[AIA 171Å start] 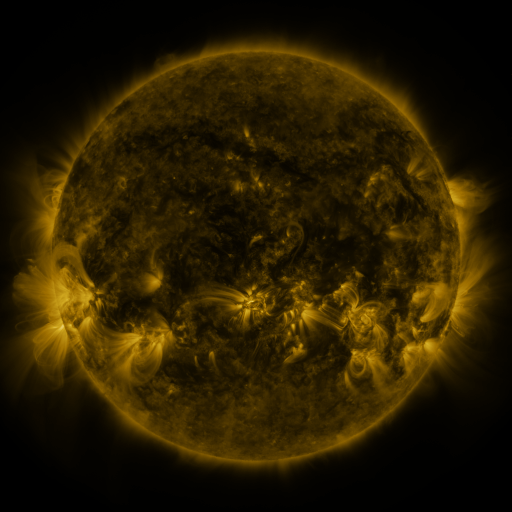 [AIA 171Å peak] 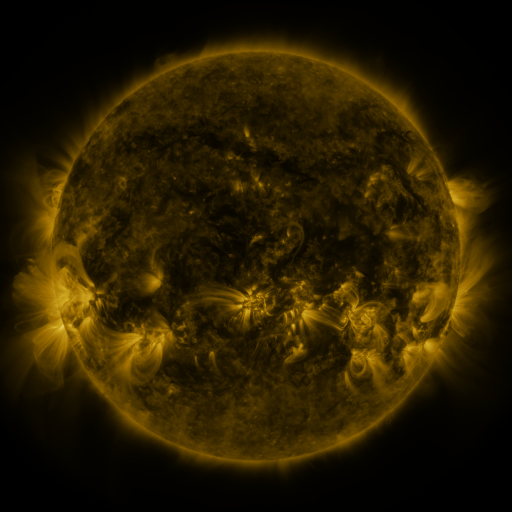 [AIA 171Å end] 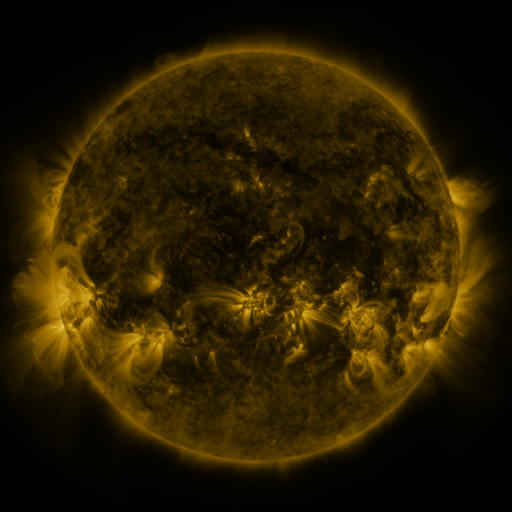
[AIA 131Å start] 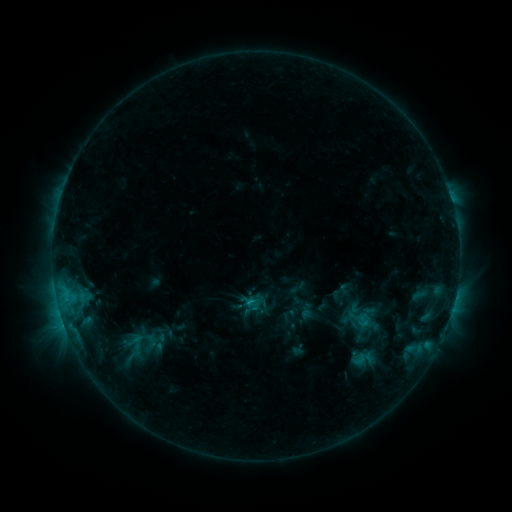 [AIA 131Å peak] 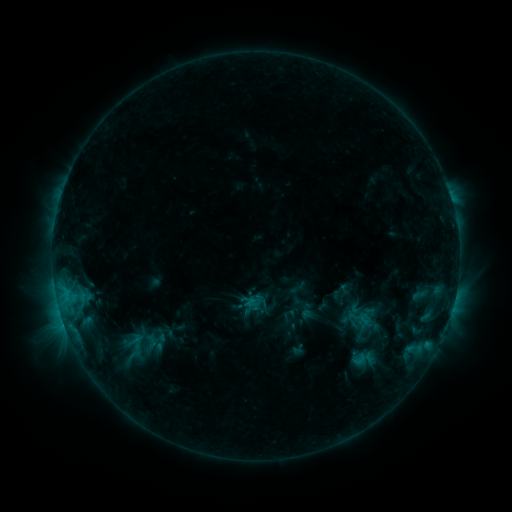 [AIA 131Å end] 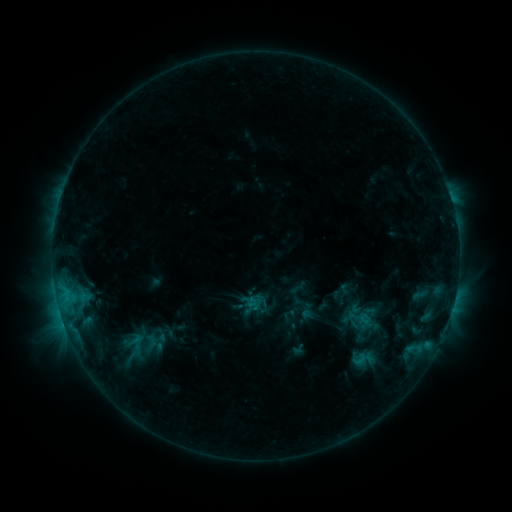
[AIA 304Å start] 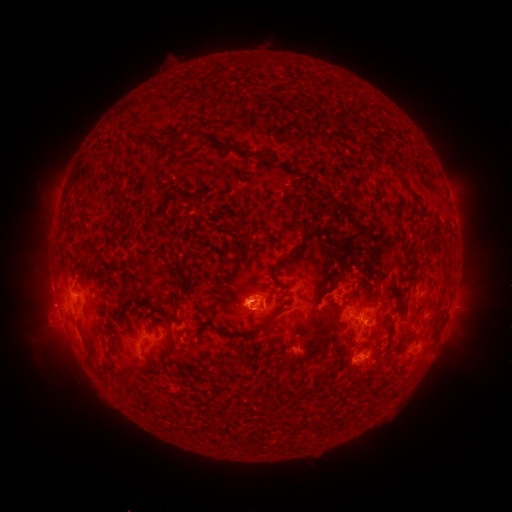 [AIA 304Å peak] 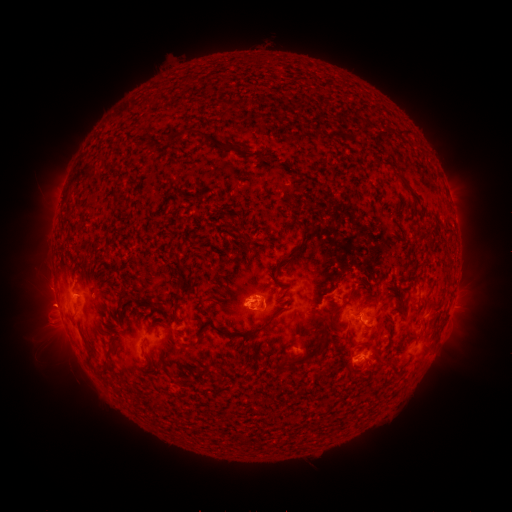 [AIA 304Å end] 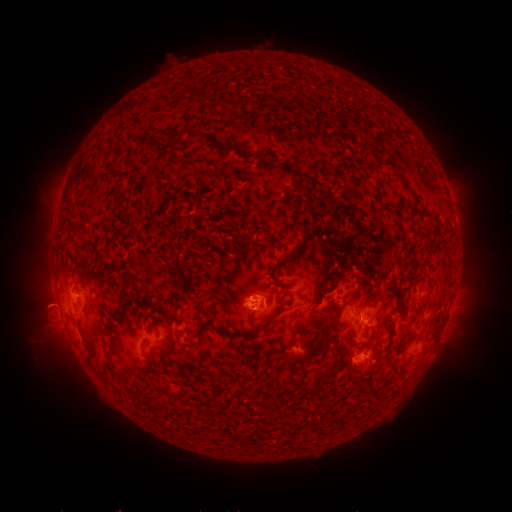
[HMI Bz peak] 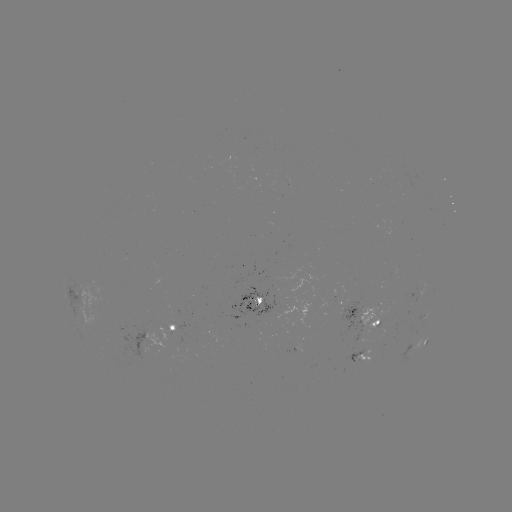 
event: eruption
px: (43, 303)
